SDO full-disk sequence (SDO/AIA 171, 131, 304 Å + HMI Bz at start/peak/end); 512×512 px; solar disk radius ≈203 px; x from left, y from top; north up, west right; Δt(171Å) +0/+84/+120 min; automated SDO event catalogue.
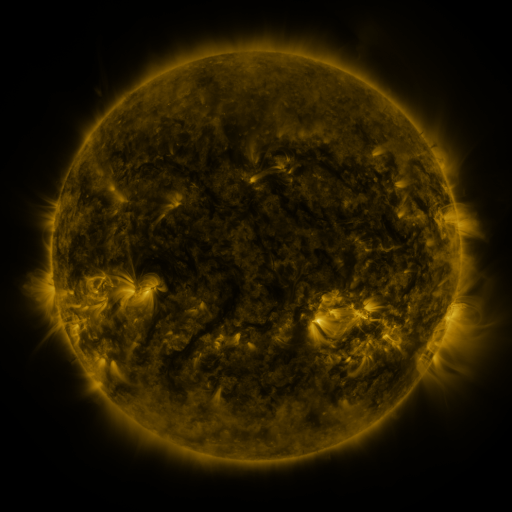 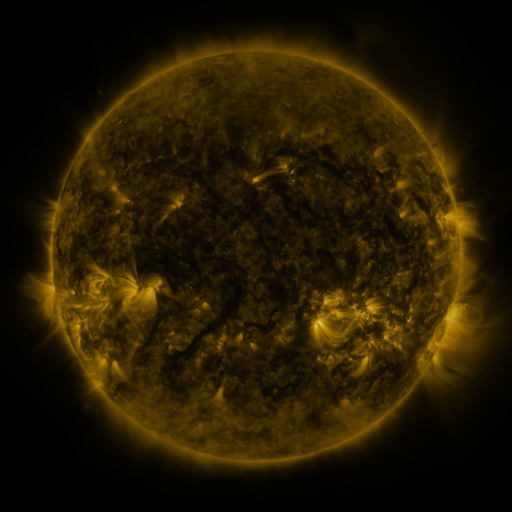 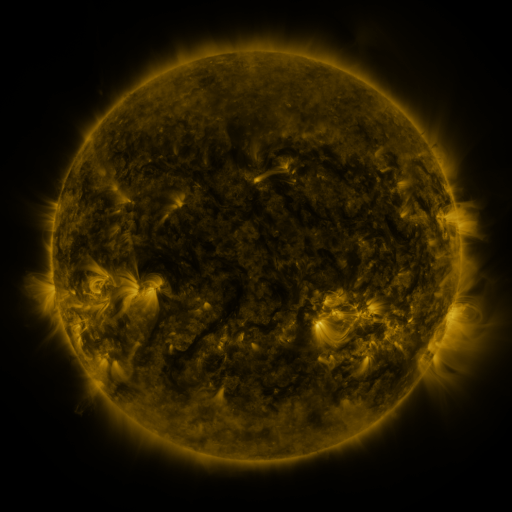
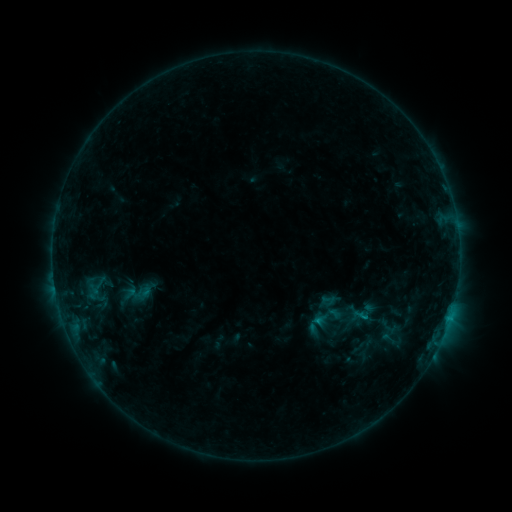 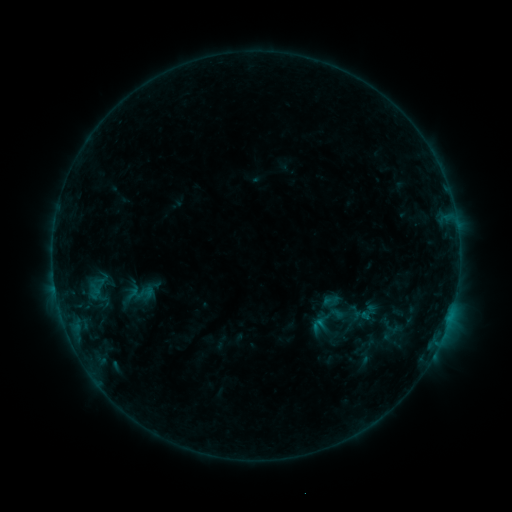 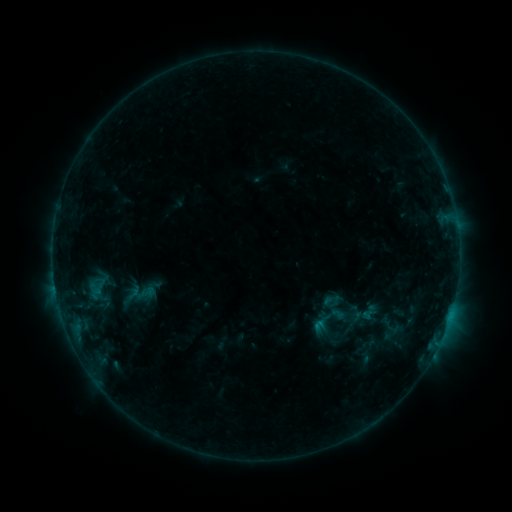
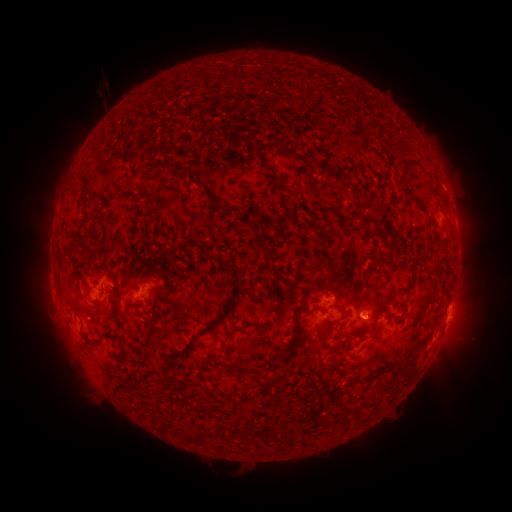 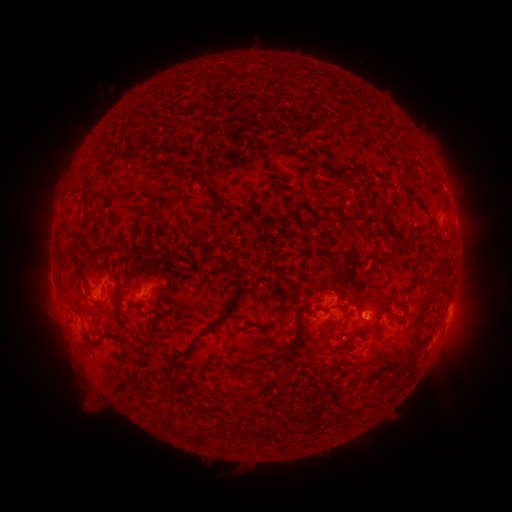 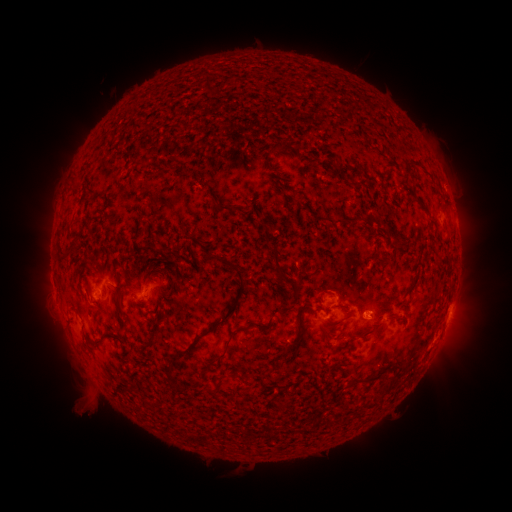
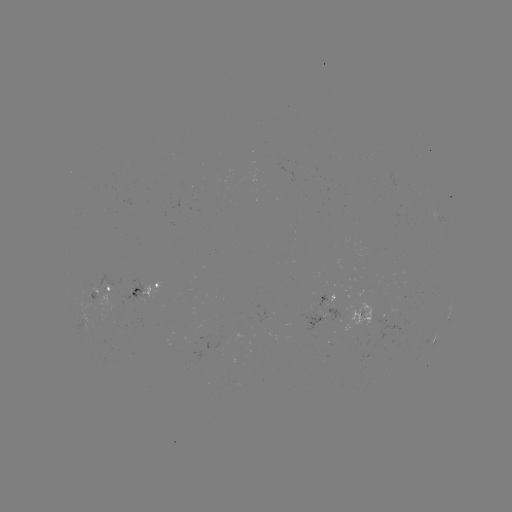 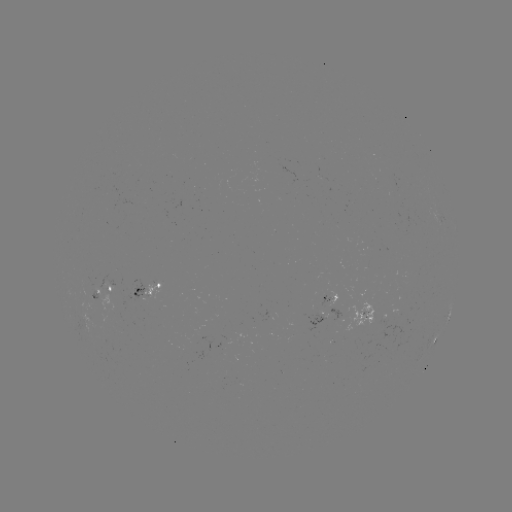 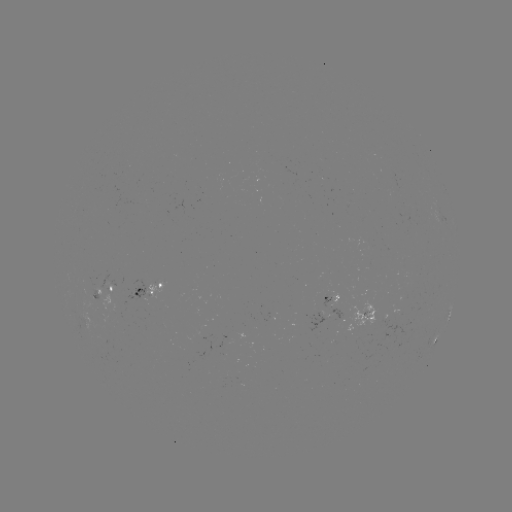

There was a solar emerging-flux region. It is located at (87, 286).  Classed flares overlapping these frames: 1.